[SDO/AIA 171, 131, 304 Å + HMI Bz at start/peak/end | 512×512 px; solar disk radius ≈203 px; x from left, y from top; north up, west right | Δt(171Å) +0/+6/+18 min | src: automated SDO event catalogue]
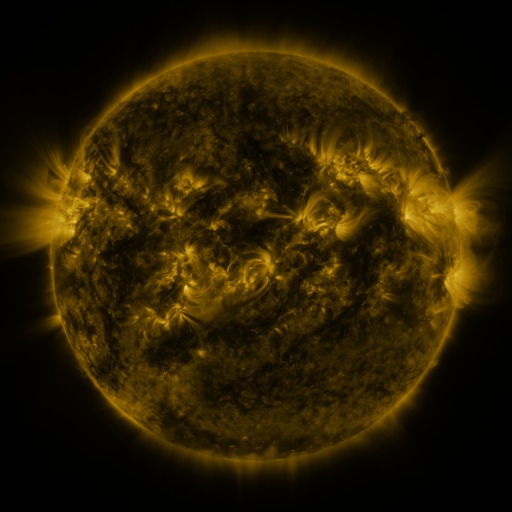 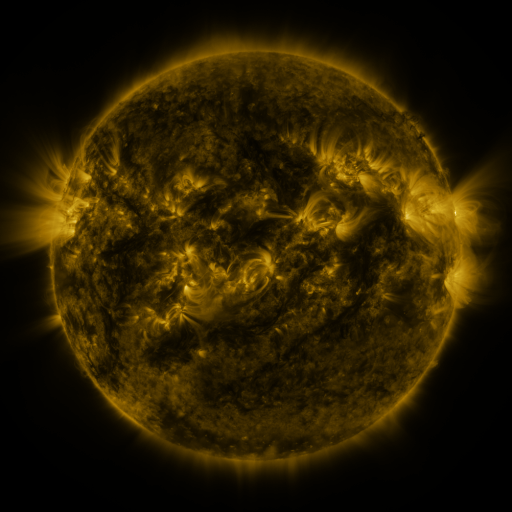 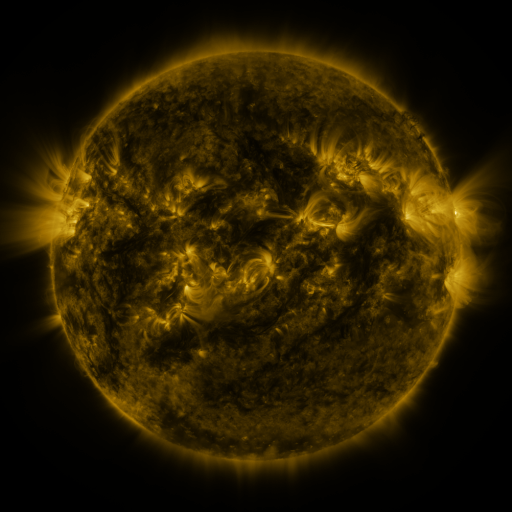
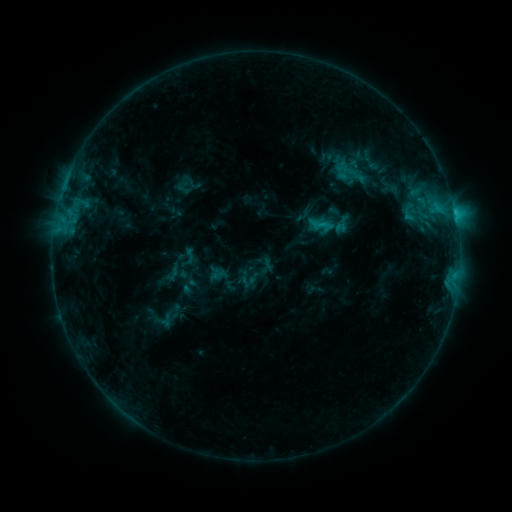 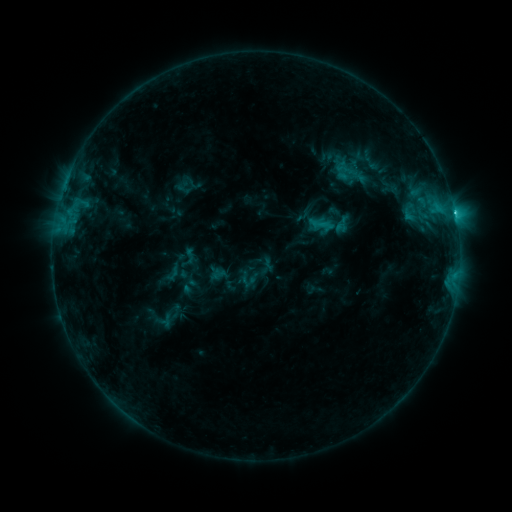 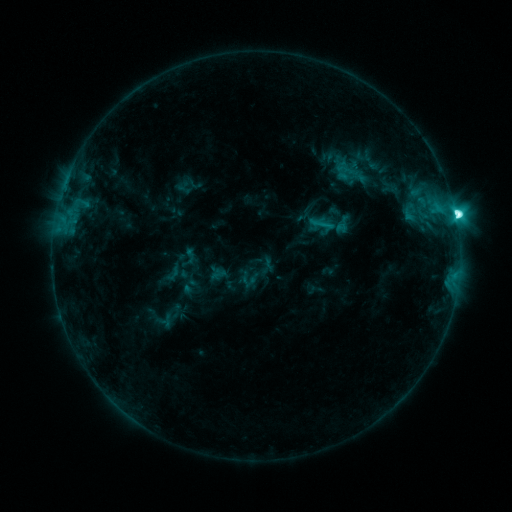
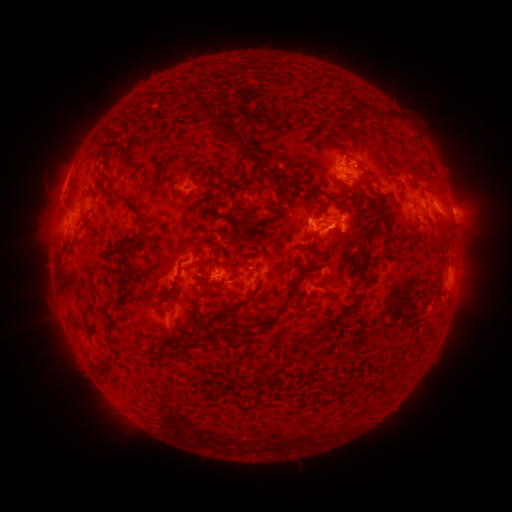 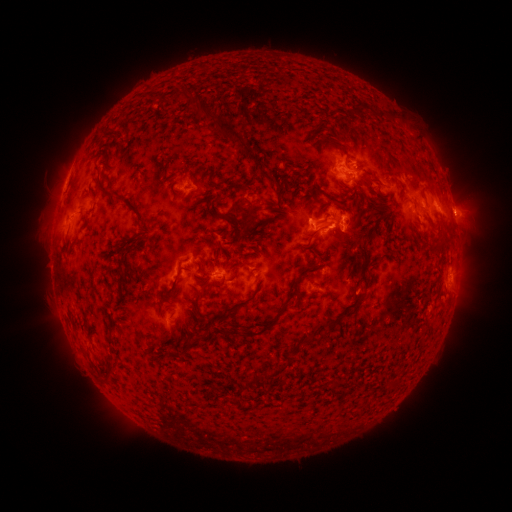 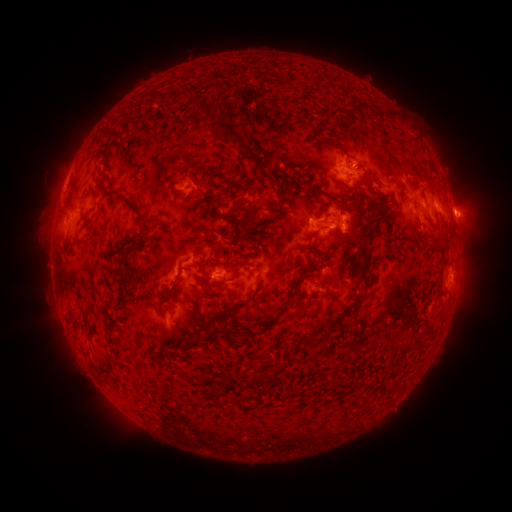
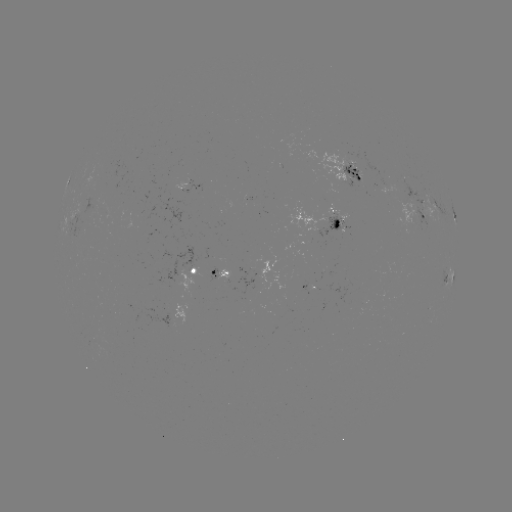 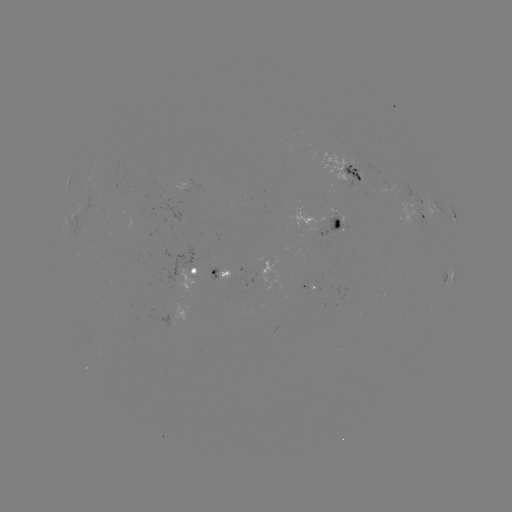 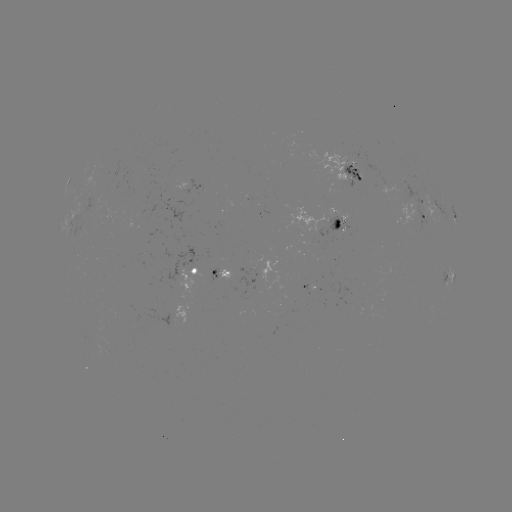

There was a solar flare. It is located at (453, 217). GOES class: M1.8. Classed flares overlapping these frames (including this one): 1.